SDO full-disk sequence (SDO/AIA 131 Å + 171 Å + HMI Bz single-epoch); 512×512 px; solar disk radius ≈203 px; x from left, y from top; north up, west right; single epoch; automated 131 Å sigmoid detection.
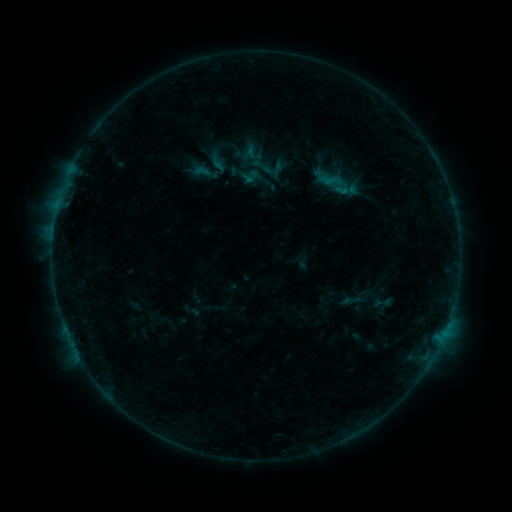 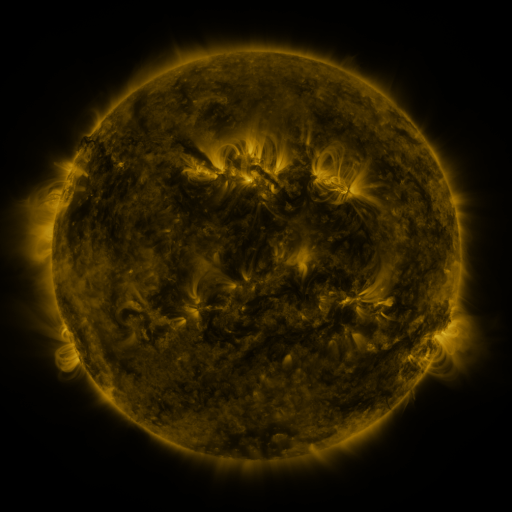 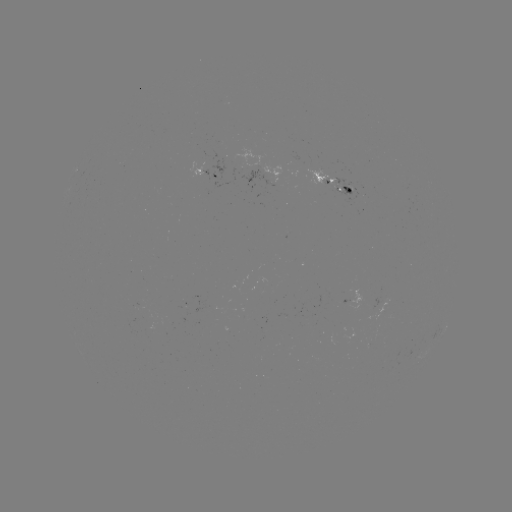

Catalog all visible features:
sigmoid: [250, 155, 273, 178]
sigmoid: [374, 292, 393, 314]
